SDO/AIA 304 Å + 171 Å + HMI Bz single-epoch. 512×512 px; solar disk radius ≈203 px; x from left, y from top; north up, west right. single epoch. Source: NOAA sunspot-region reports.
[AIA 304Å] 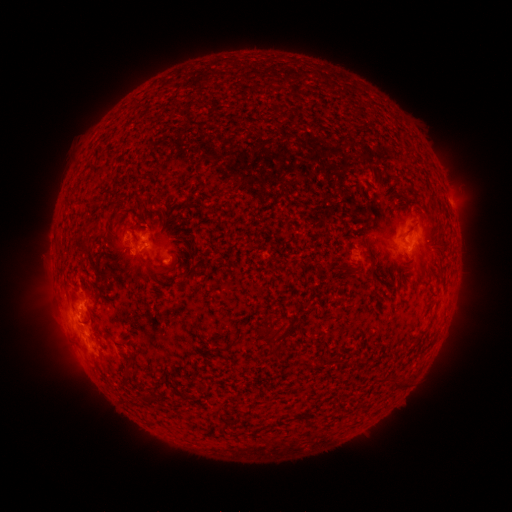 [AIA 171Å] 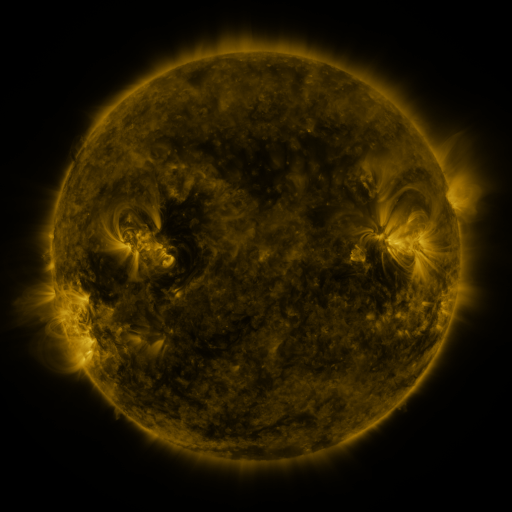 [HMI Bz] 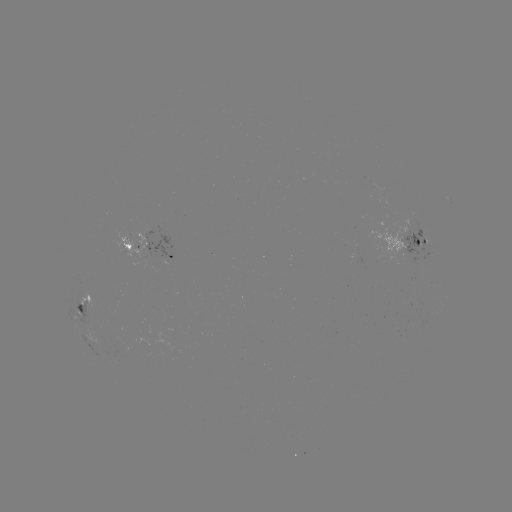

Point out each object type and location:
spotted active region: (415, 242)
spotted active region: (133, 248)
spotted active region: (173, 257)
spotted active region: (88, 305)
spotted active region: (84, 340)
